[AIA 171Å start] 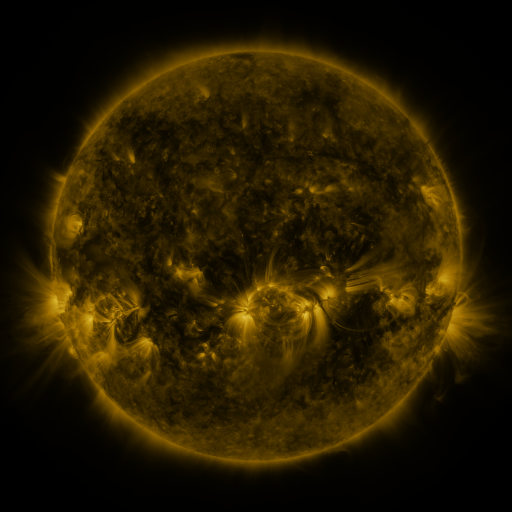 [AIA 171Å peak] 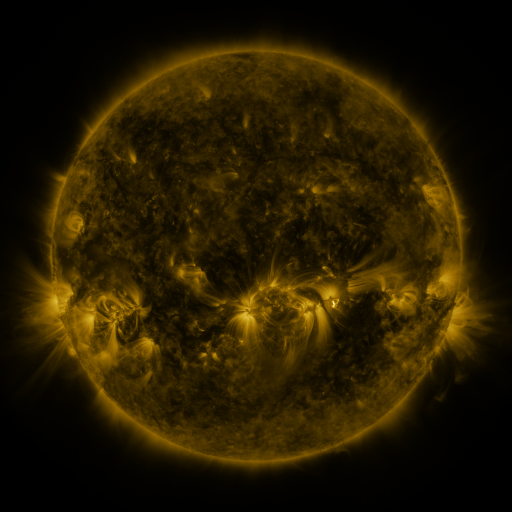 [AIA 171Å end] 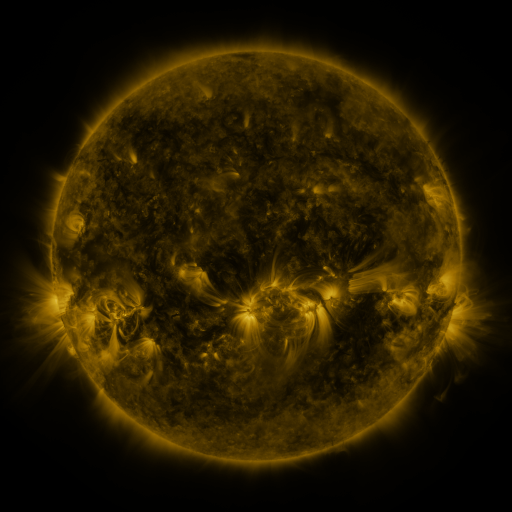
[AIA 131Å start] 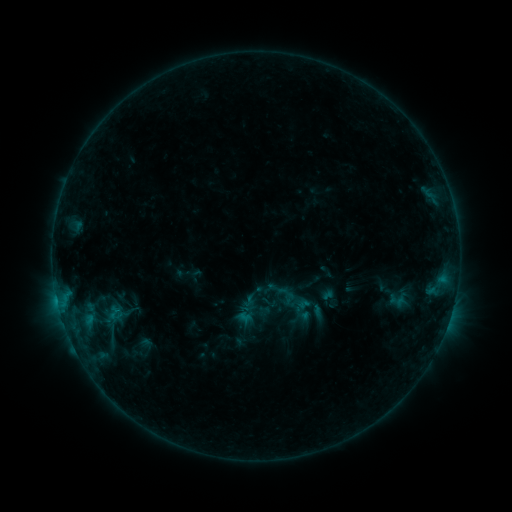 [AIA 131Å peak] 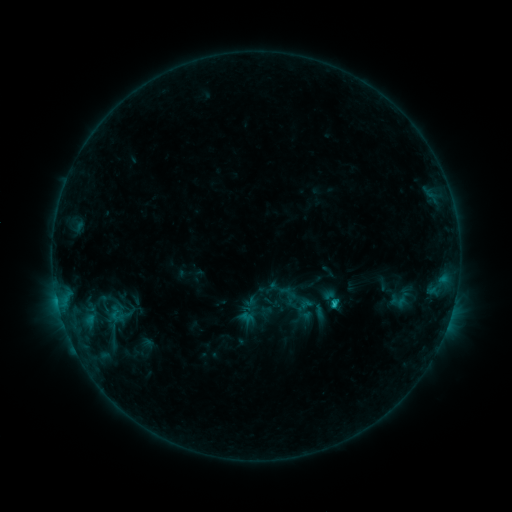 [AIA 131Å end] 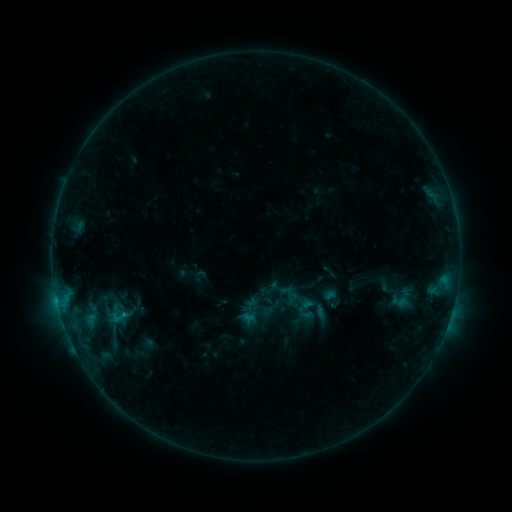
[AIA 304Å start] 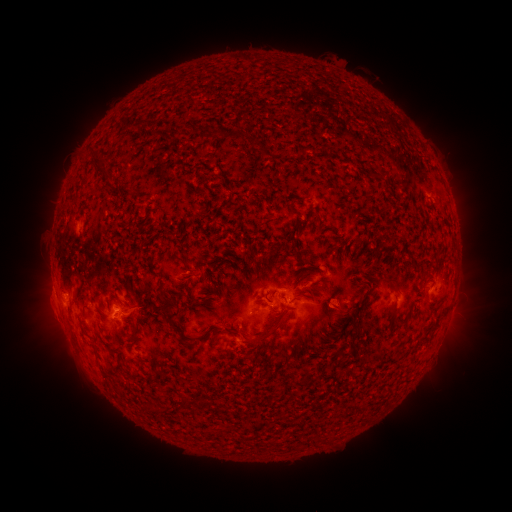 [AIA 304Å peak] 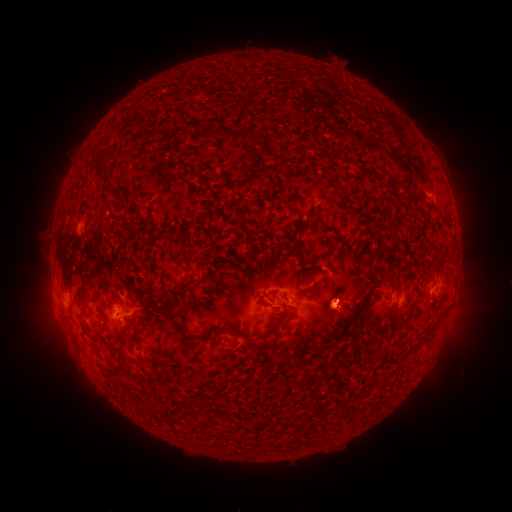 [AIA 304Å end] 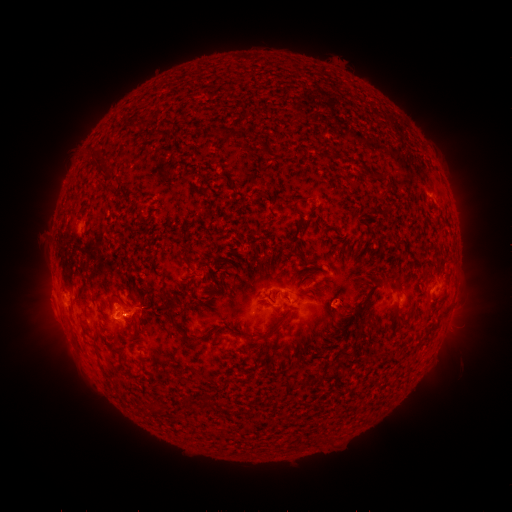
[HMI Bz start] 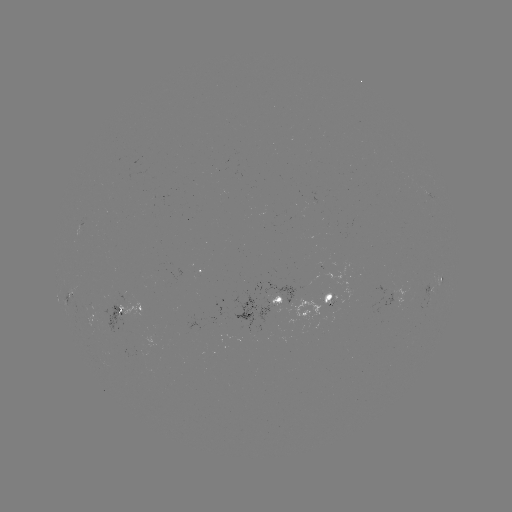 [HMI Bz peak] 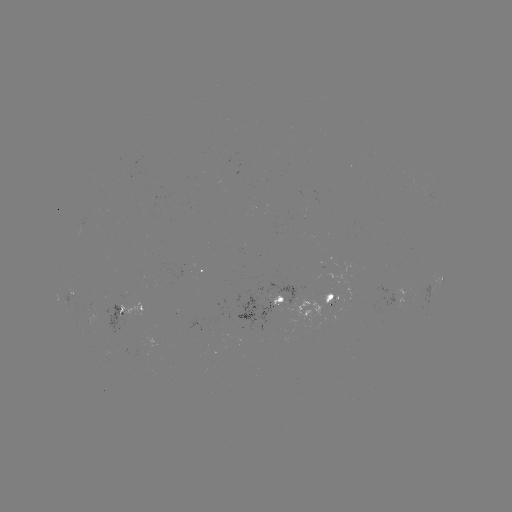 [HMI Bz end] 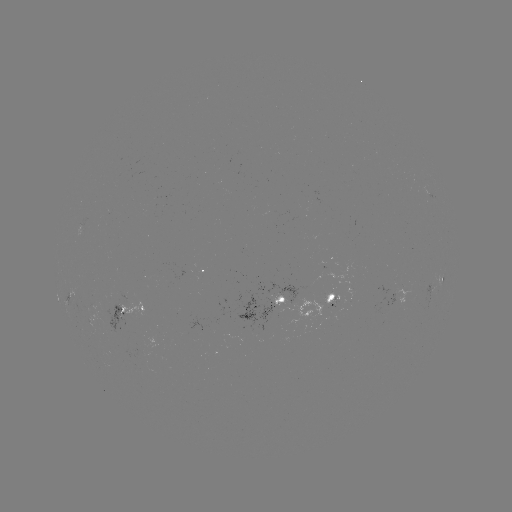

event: emerging-flux region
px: (281, 295)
